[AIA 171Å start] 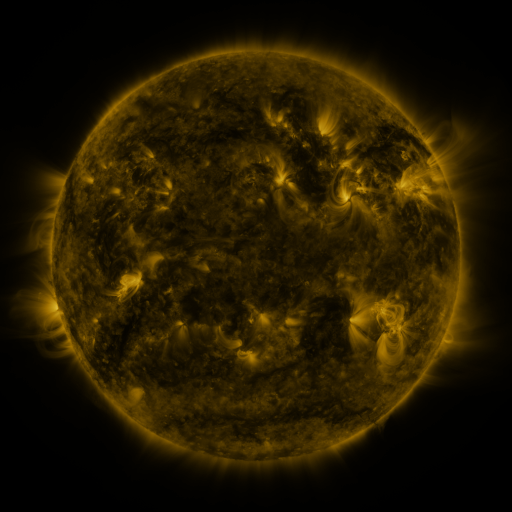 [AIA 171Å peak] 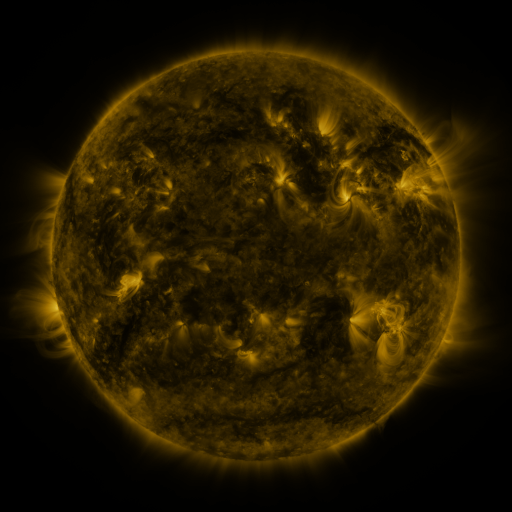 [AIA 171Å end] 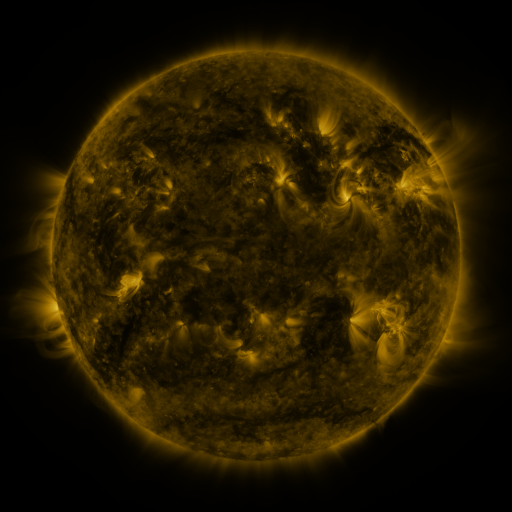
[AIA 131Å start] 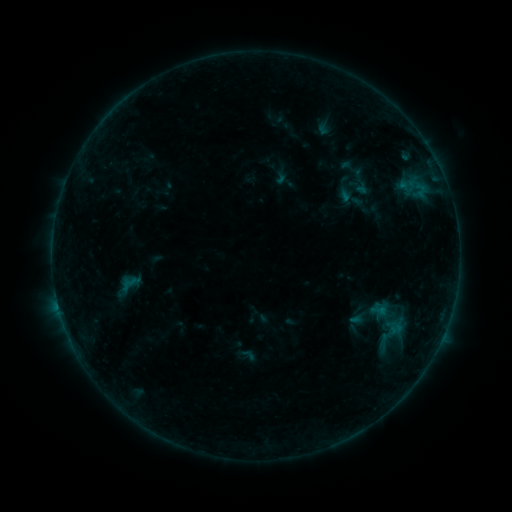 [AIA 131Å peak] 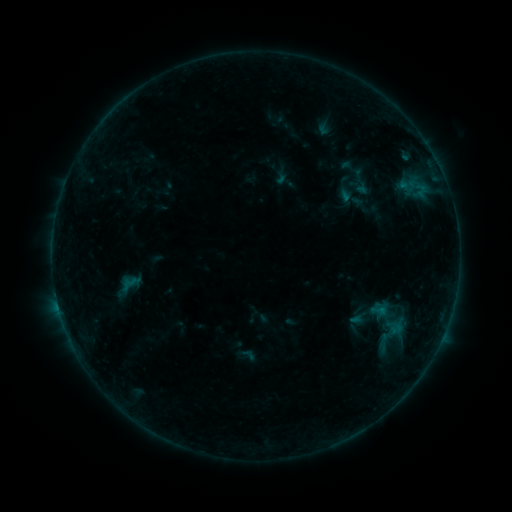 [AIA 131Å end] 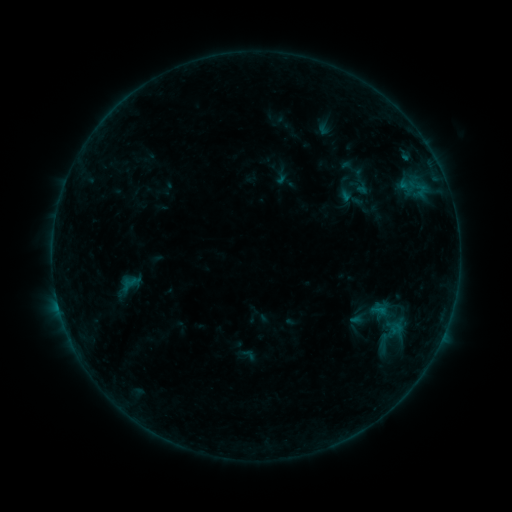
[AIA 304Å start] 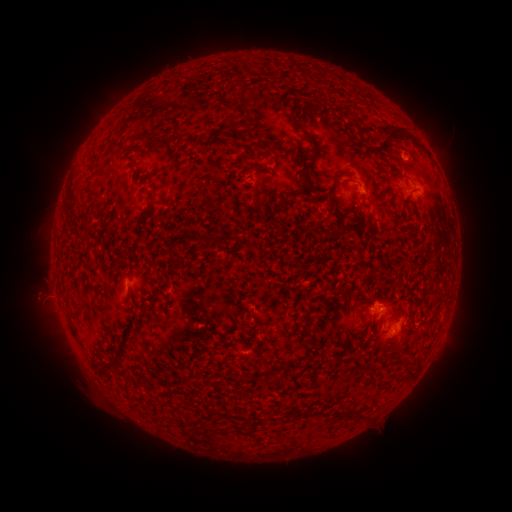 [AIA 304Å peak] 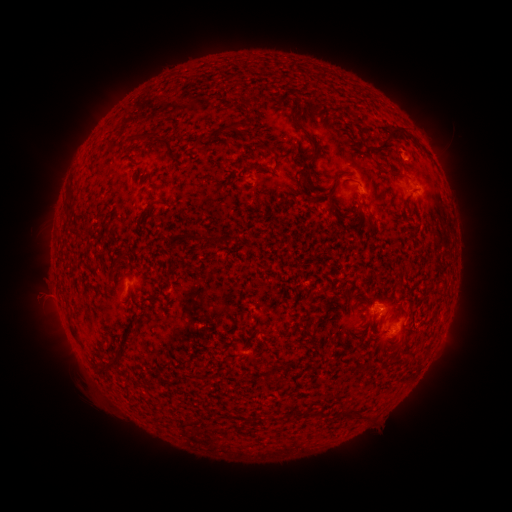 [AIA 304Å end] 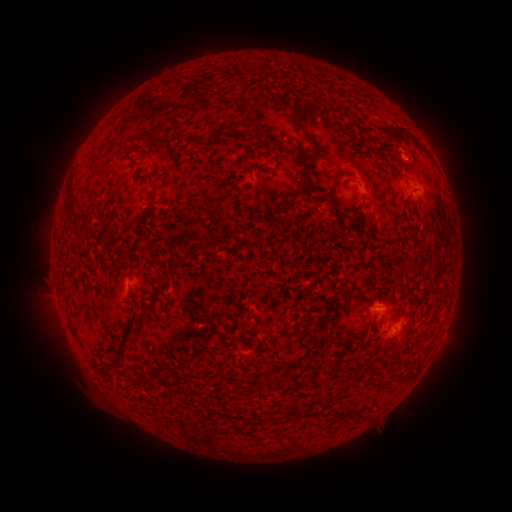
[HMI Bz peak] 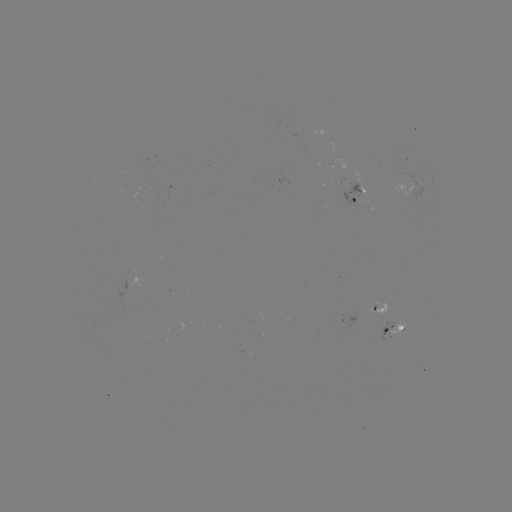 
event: flare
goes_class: B3.5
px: (395, 326)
